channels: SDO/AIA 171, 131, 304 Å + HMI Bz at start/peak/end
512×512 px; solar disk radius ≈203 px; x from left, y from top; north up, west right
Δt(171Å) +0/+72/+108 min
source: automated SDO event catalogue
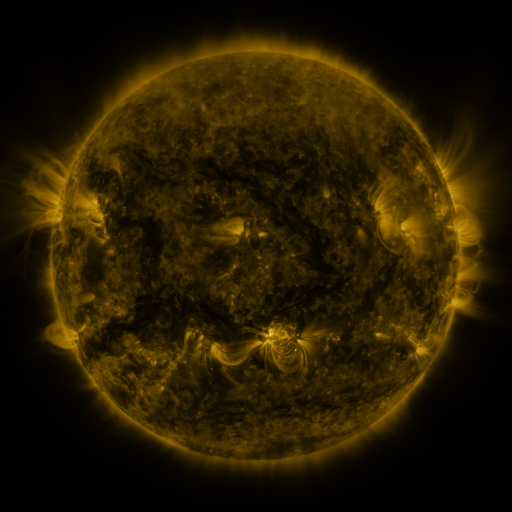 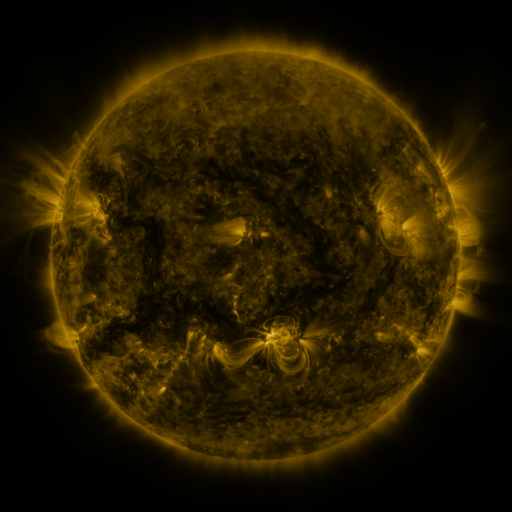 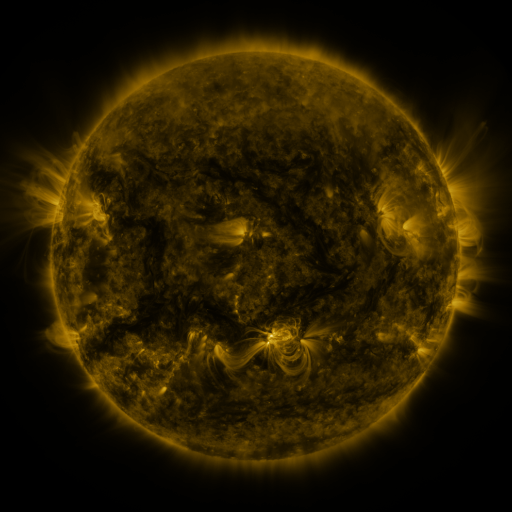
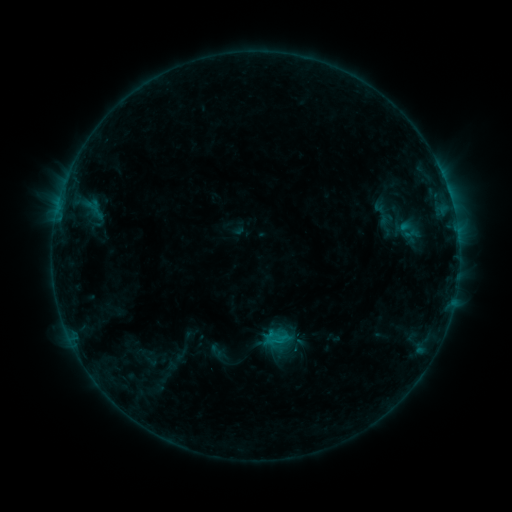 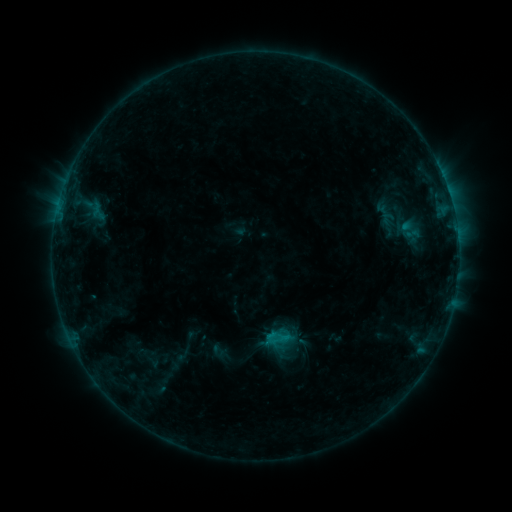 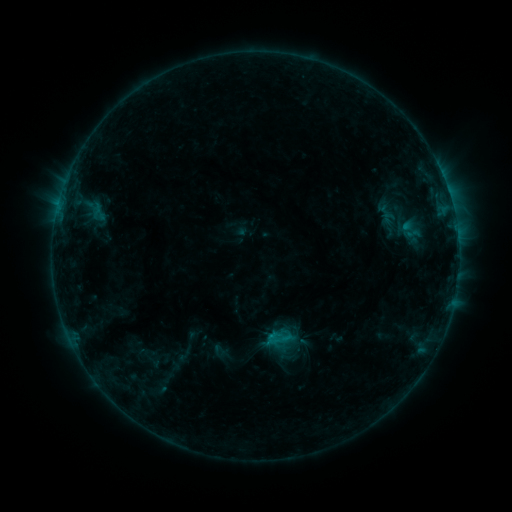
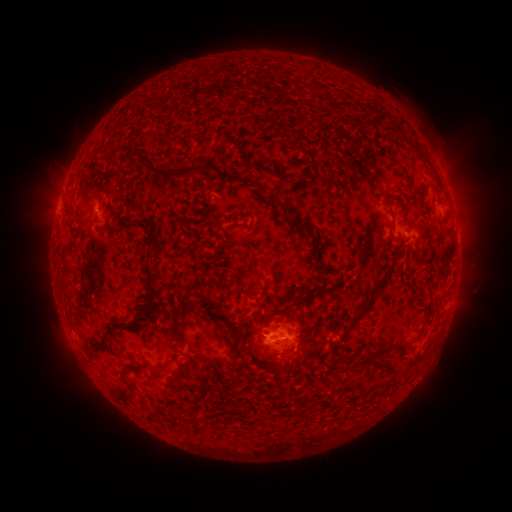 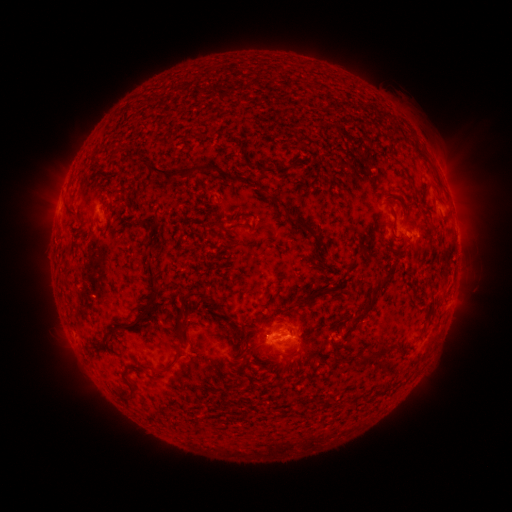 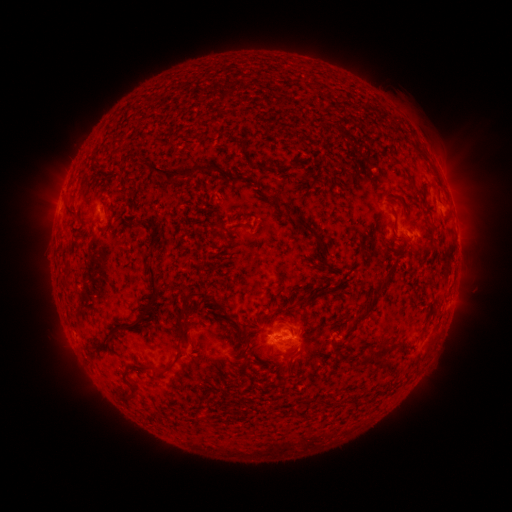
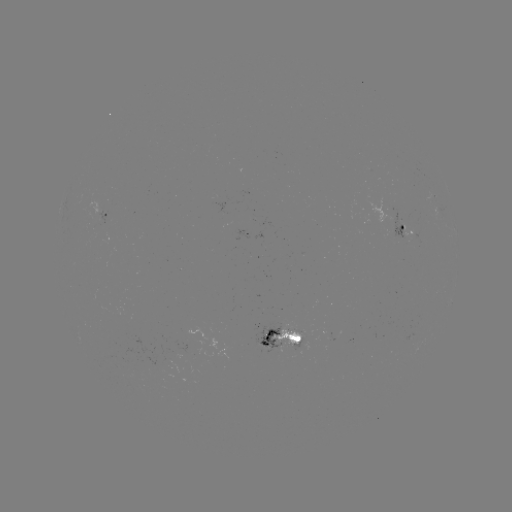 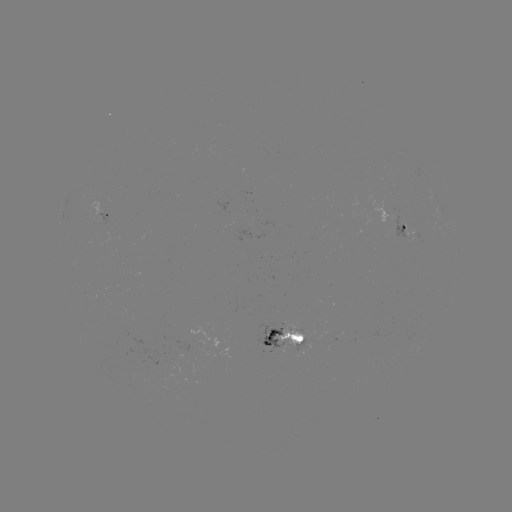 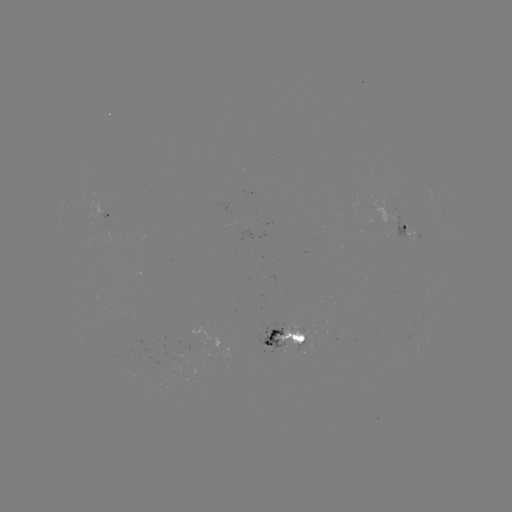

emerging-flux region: <bbox>390, 208, 417, 242</bbox>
